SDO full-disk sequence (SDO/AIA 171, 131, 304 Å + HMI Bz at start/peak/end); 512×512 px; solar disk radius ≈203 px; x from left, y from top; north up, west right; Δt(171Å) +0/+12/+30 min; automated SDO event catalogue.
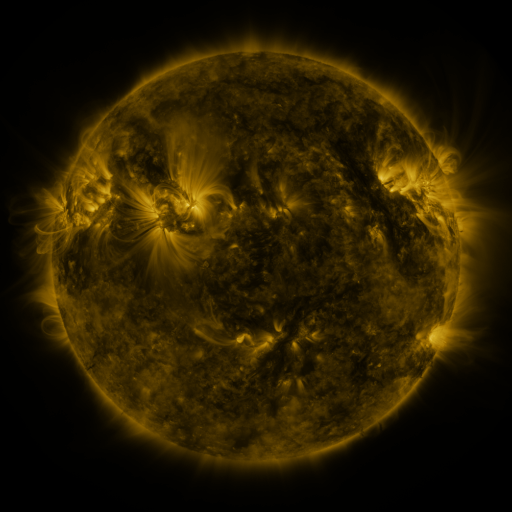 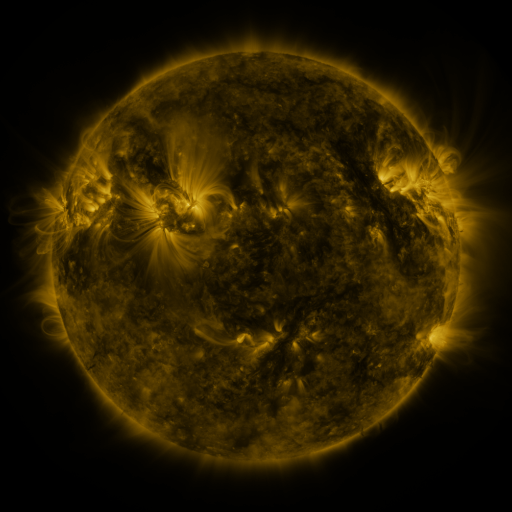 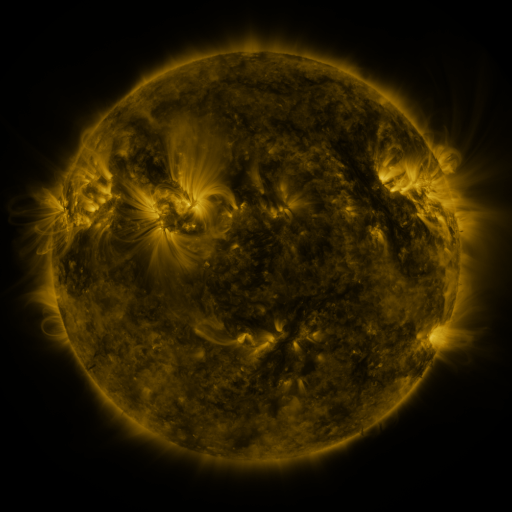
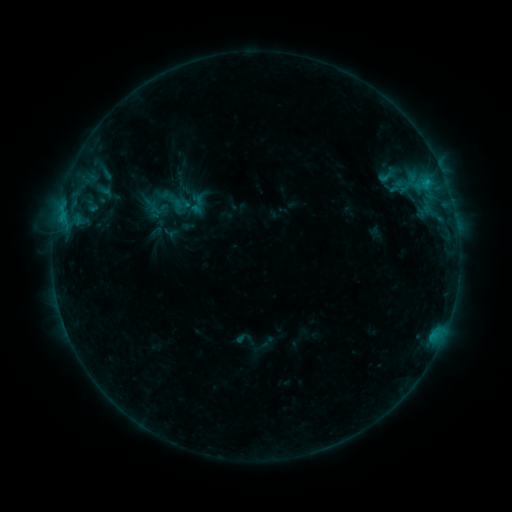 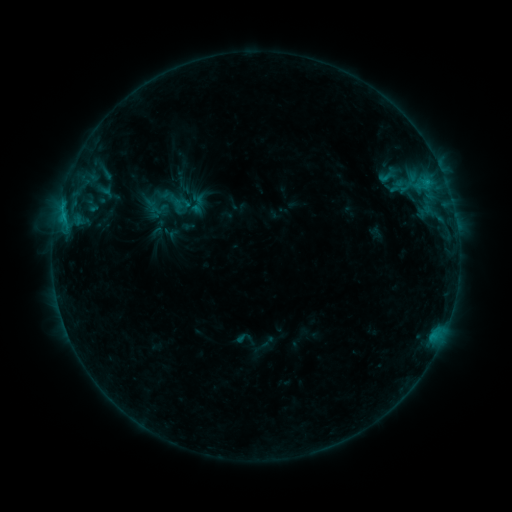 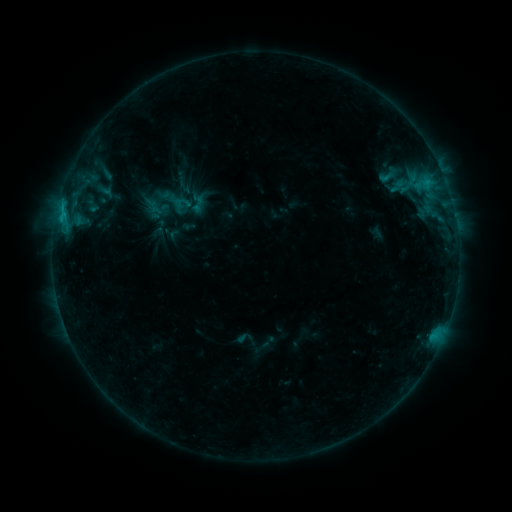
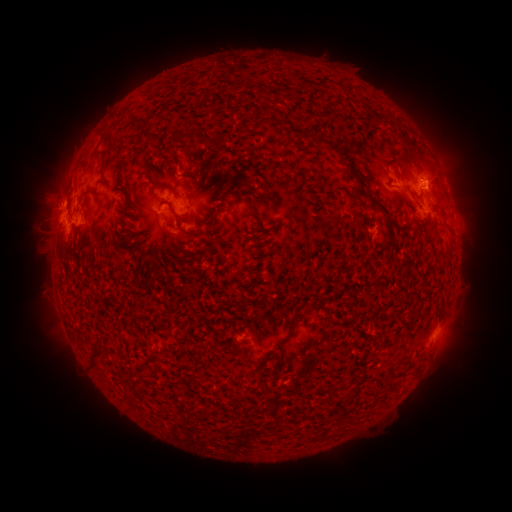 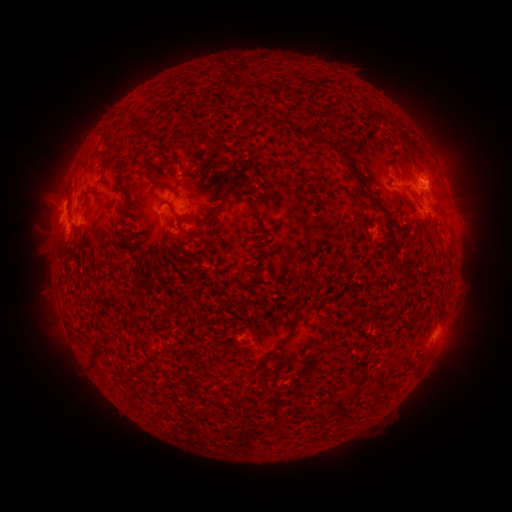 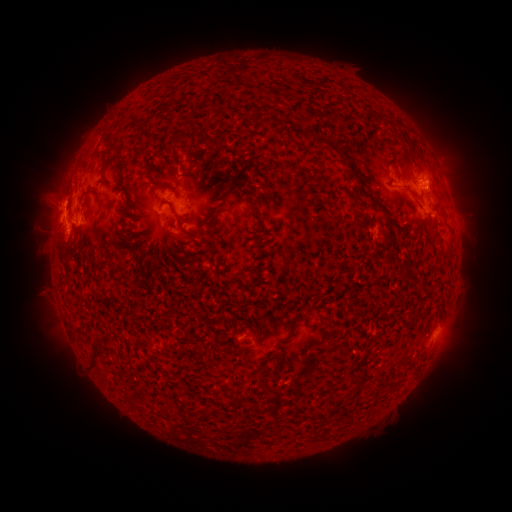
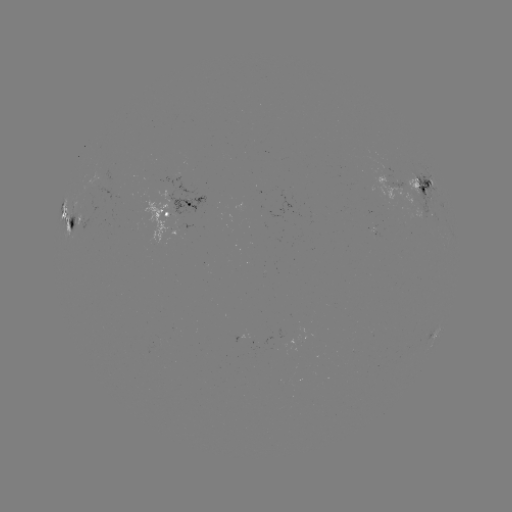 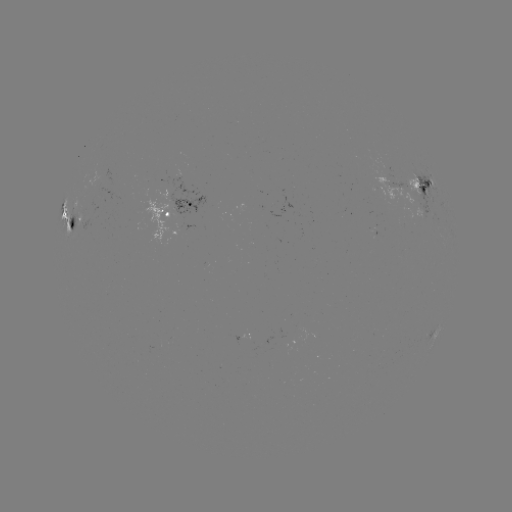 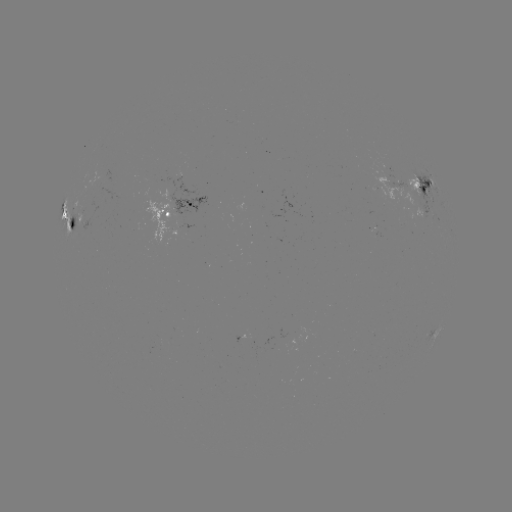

no catalogued flare and no flagged EUV brightening in this window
